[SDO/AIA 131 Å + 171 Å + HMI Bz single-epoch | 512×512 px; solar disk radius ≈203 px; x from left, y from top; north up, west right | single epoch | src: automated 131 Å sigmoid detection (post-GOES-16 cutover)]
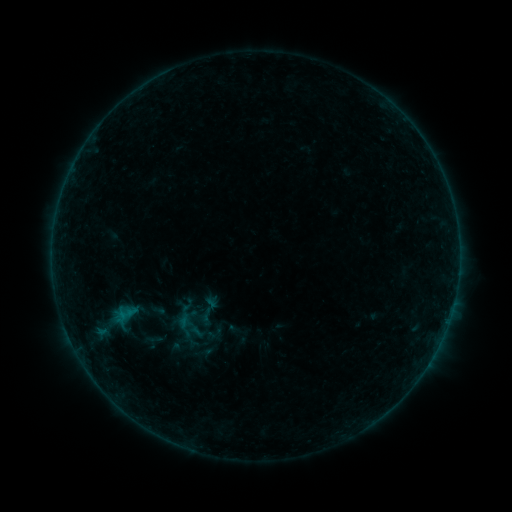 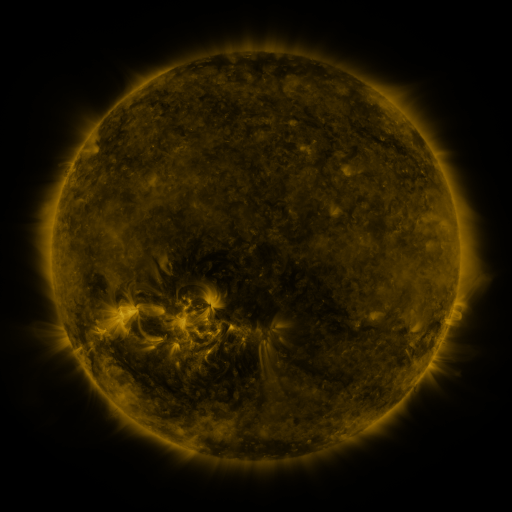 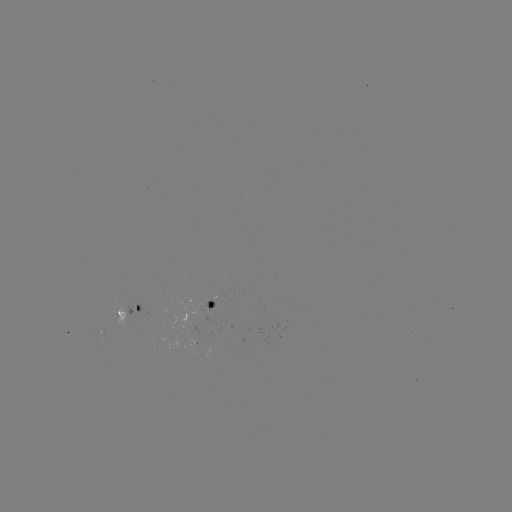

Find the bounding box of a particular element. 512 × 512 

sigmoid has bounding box [186, 292, 228, 328].